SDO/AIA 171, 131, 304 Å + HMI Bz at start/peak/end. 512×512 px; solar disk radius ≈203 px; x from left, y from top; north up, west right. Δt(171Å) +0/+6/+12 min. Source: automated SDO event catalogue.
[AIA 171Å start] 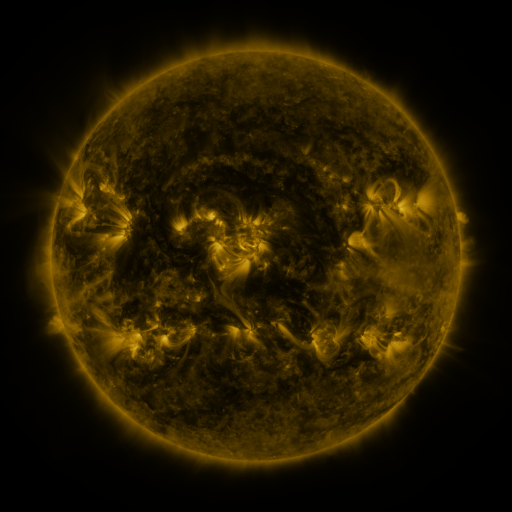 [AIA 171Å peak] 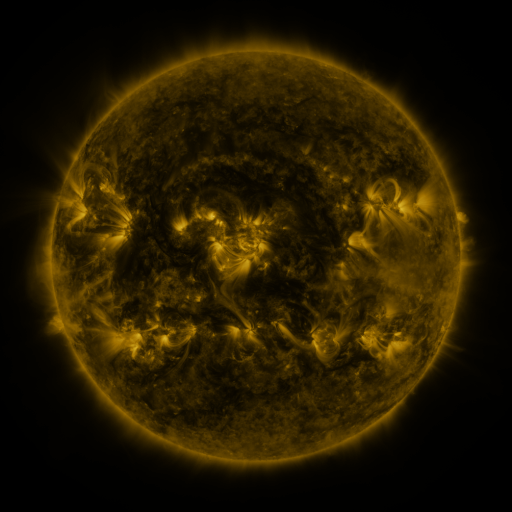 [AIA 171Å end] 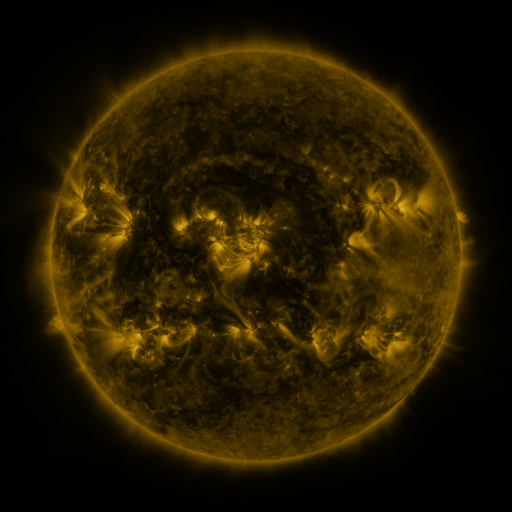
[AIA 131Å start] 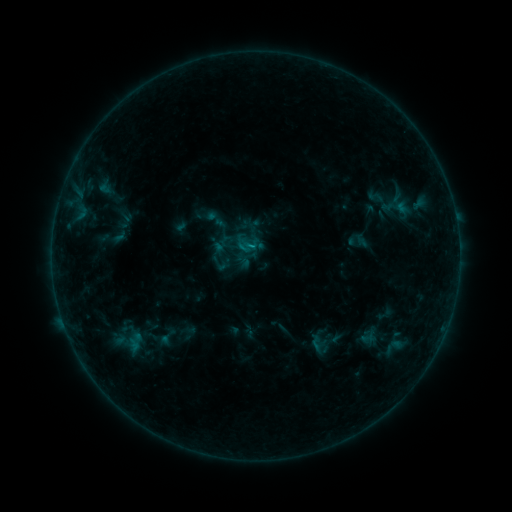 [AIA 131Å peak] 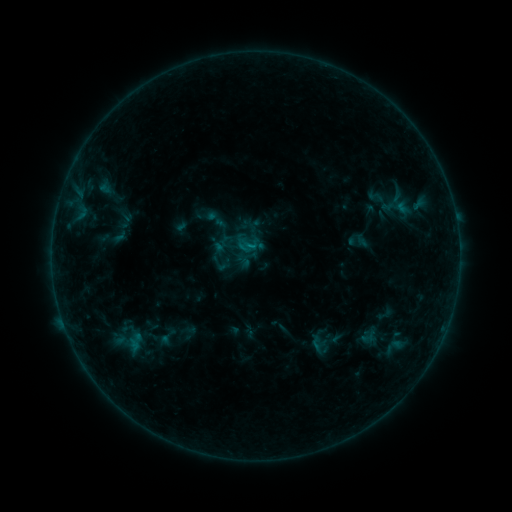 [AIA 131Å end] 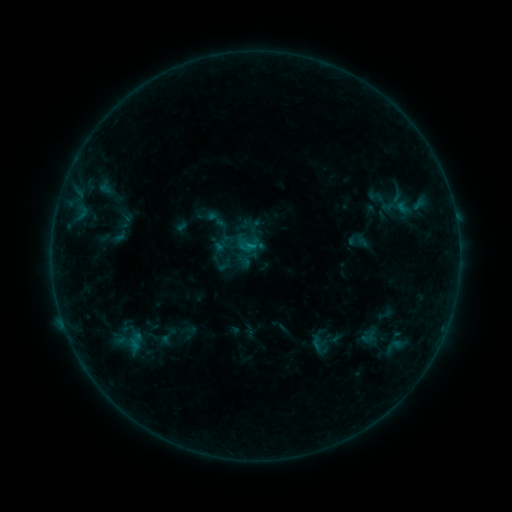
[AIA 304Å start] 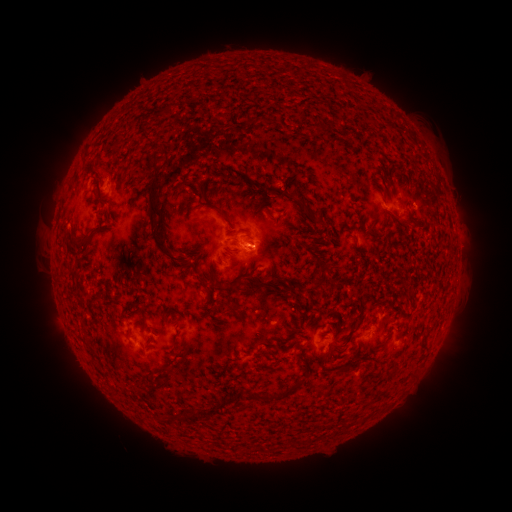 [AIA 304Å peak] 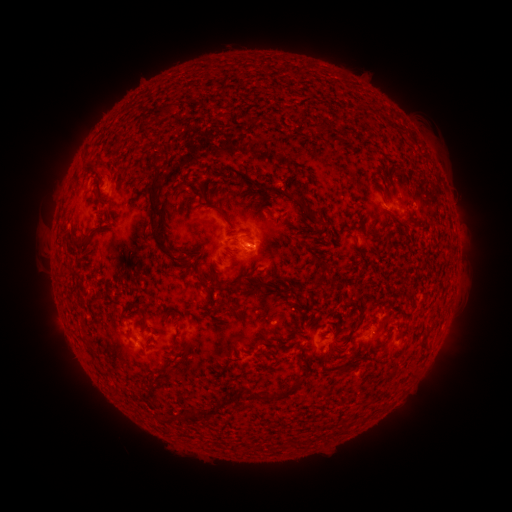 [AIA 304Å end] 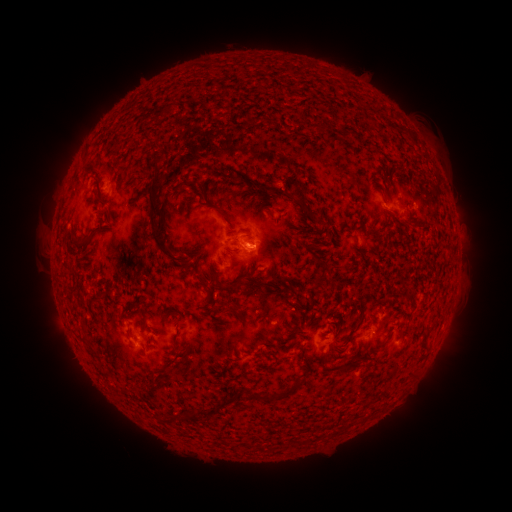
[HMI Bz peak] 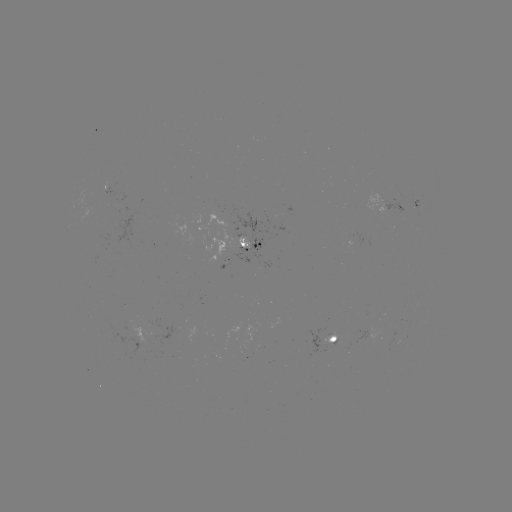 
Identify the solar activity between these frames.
B4.7 flare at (252, 248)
